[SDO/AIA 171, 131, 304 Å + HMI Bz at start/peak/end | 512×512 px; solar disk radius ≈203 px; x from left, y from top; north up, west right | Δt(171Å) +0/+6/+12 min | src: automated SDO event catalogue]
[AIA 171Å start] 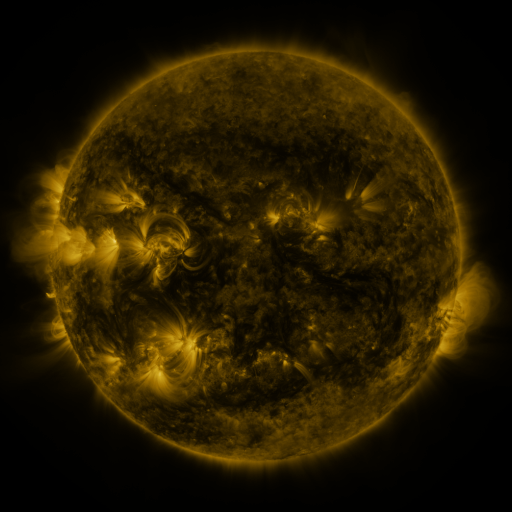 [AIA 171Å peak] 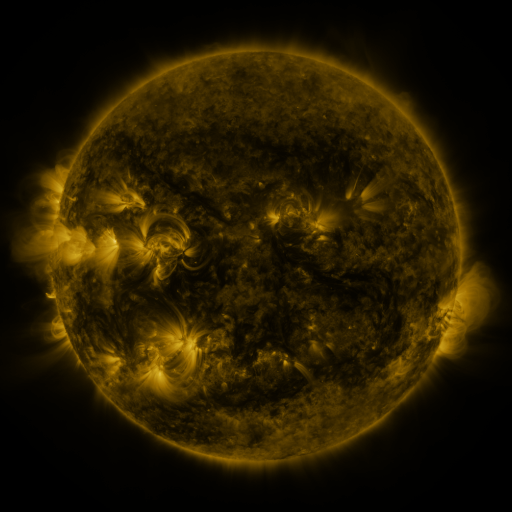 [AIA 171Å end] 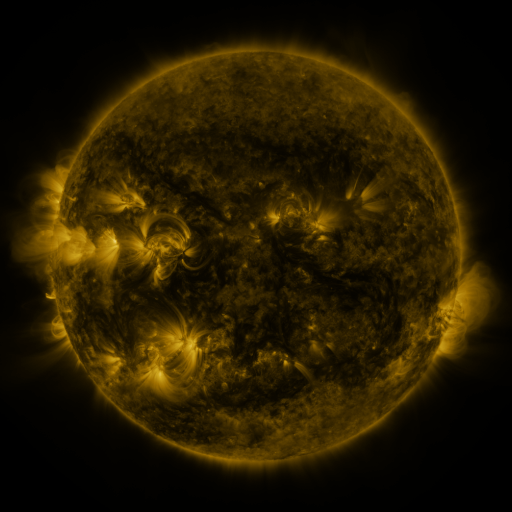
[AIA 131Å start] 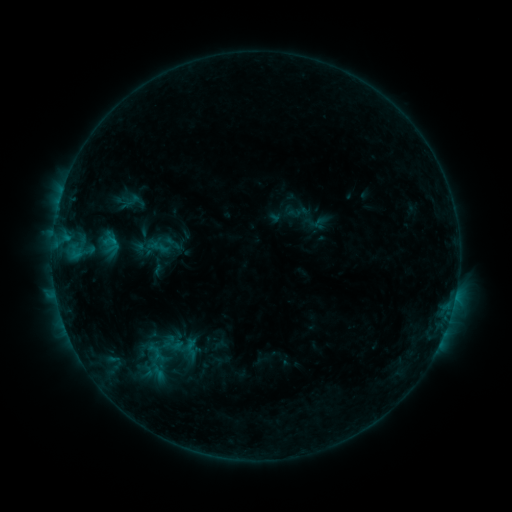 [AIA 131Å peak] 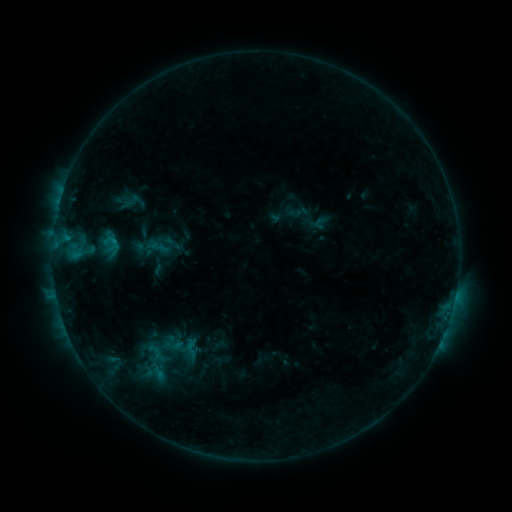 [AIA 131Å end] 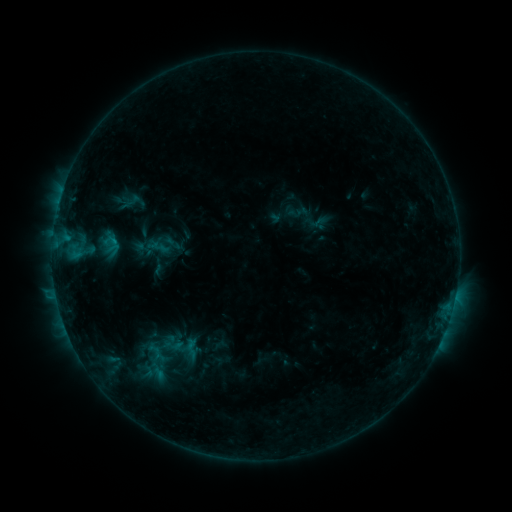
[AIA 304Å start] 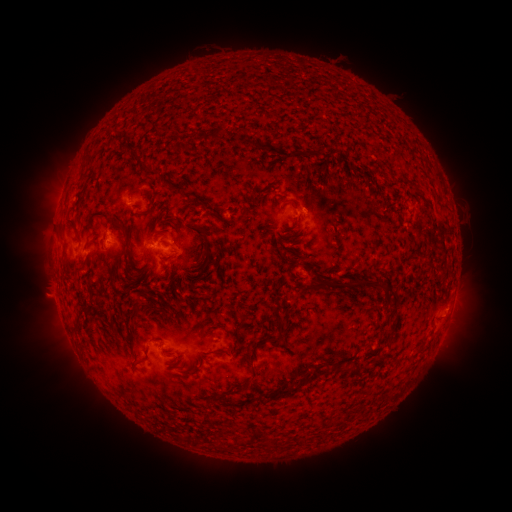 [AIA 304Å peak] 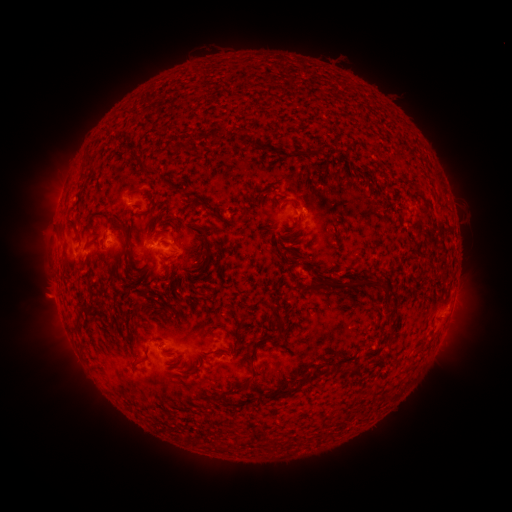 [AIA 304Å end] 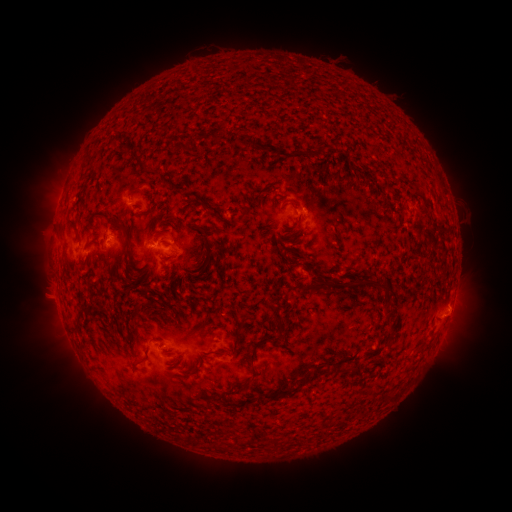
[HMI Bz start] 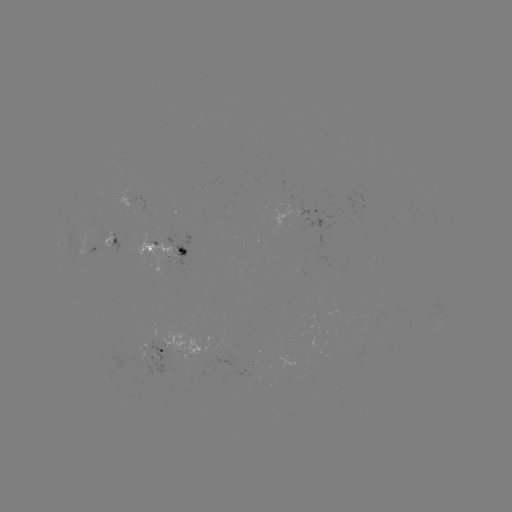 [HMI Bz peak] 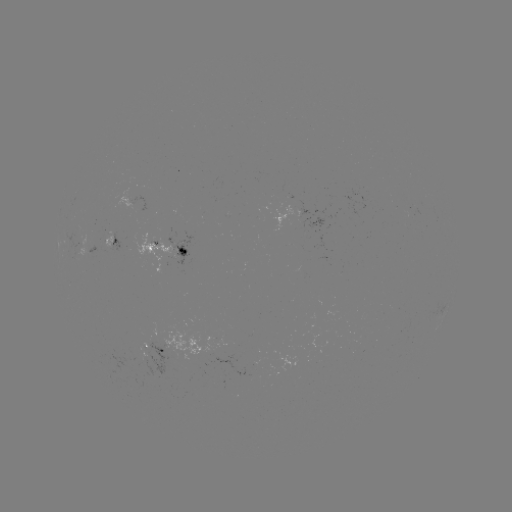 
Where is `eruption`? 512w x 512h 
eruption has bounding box [434, 291, 482, 336].